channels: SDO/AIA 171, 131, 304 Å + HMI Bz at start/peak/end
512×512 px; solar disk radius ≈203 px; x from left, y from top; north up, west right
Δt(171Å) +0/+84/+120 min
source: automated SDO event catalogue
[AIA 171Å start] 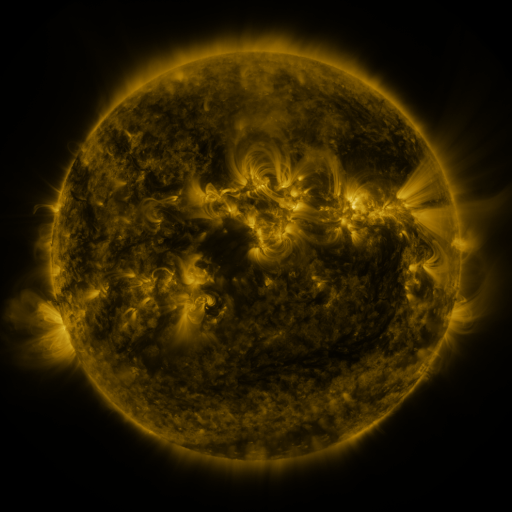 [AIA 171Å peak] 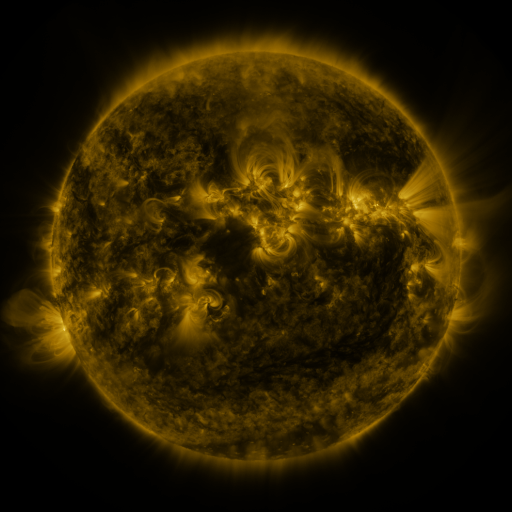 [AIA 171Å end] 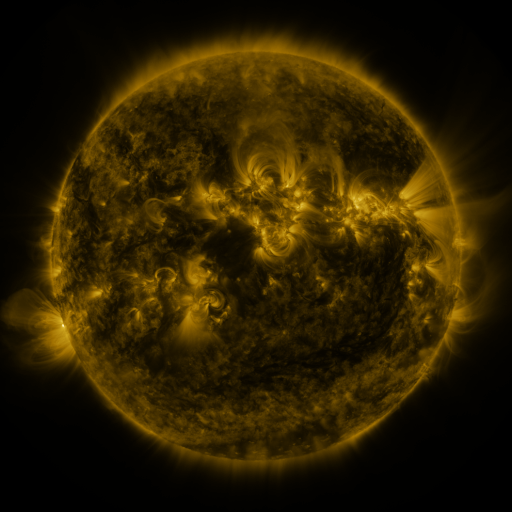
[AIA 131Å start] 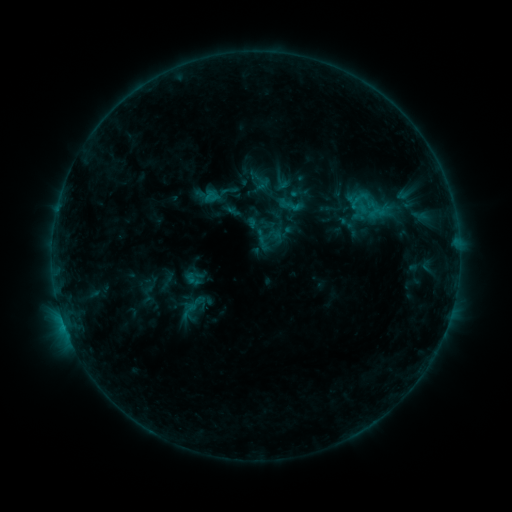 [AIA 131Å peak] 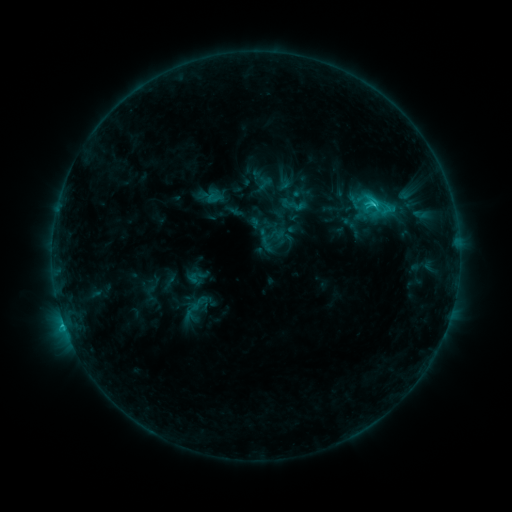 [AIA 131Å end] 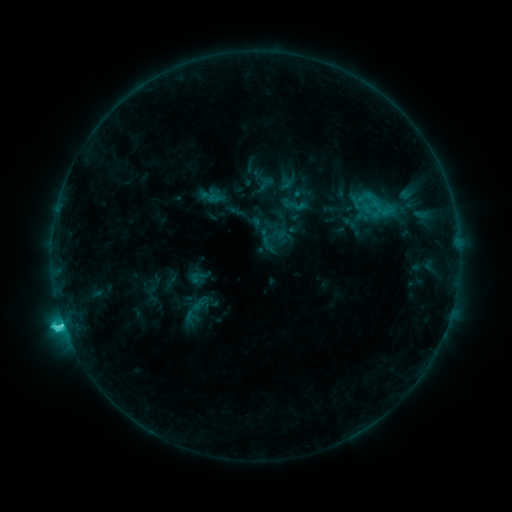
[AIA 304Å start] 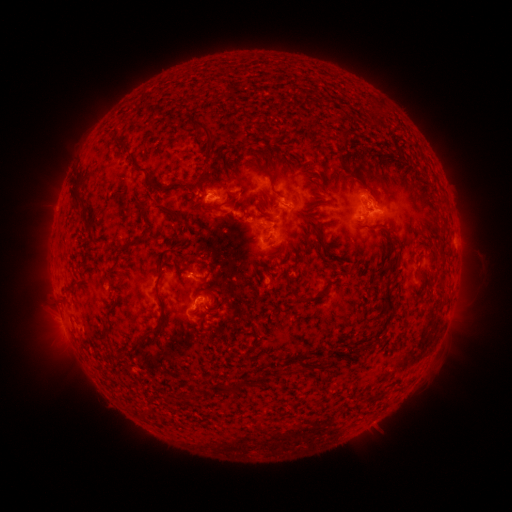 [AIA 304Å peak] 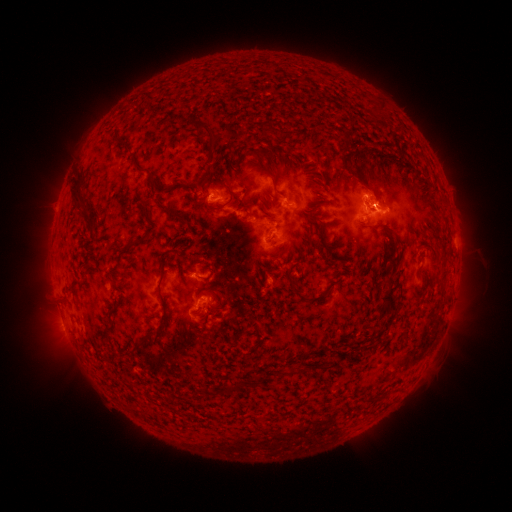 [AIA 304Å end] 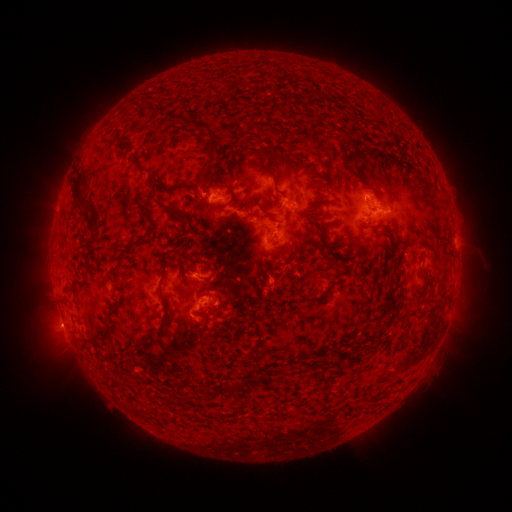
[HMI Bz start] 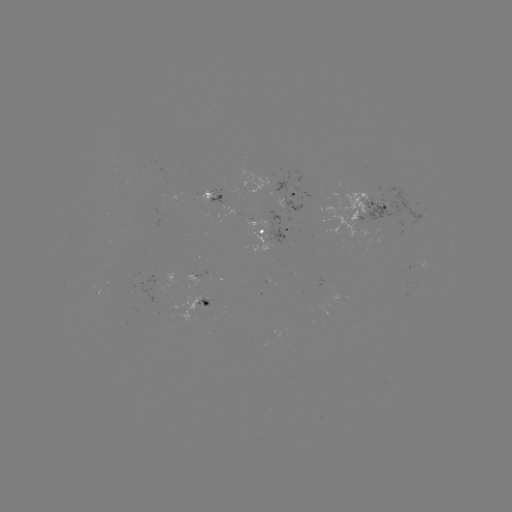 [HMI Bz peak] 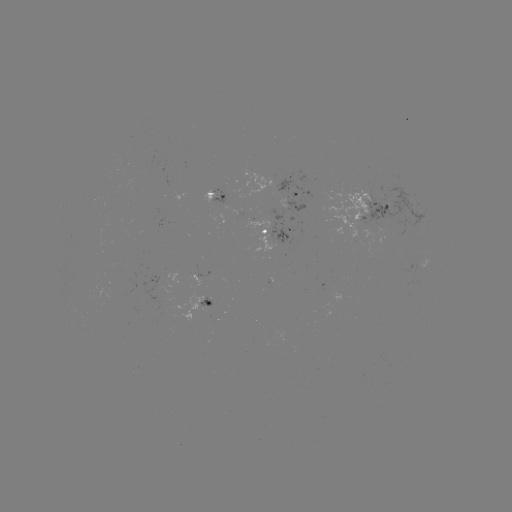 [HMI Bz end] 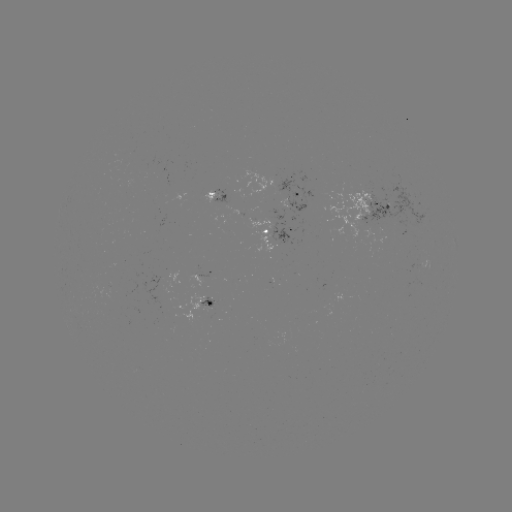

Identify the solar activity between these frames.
emerging-flux region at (125, 166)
